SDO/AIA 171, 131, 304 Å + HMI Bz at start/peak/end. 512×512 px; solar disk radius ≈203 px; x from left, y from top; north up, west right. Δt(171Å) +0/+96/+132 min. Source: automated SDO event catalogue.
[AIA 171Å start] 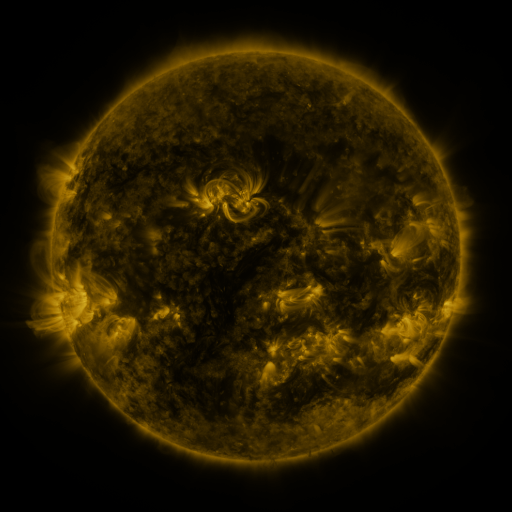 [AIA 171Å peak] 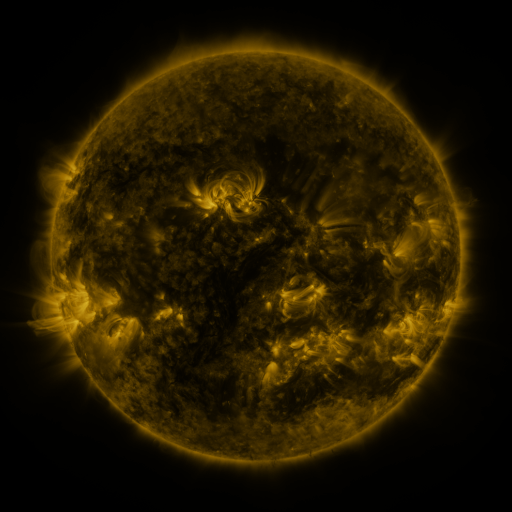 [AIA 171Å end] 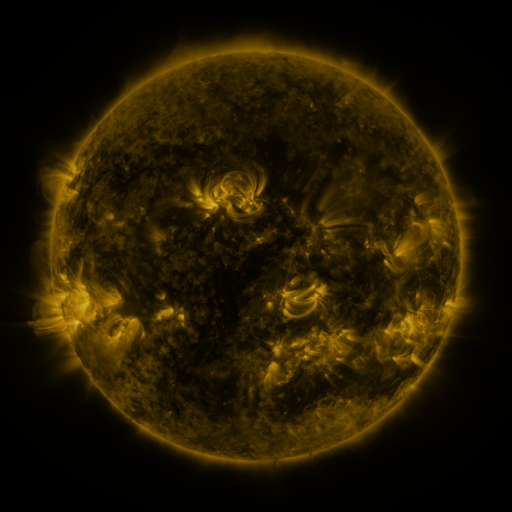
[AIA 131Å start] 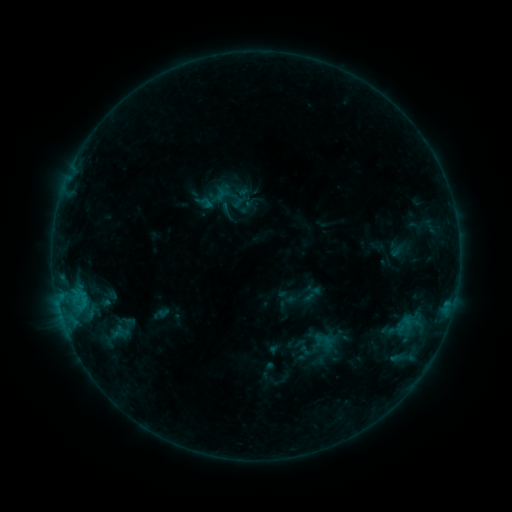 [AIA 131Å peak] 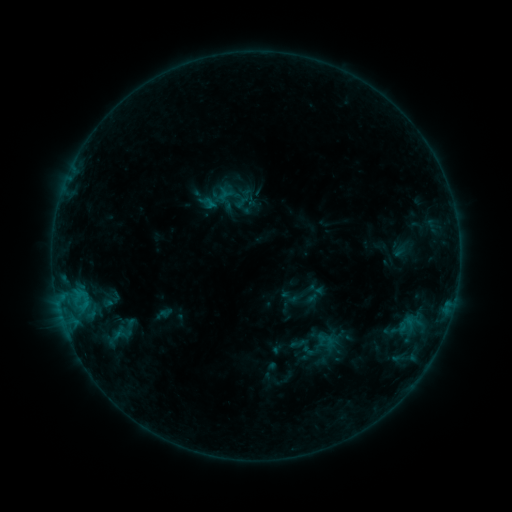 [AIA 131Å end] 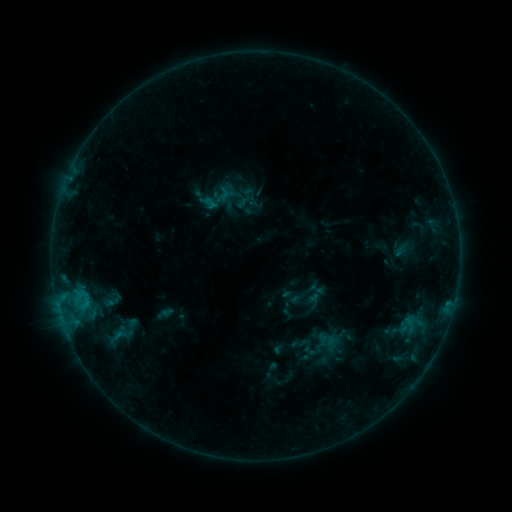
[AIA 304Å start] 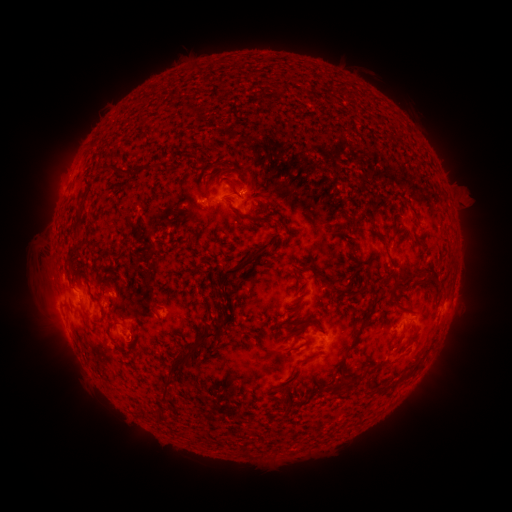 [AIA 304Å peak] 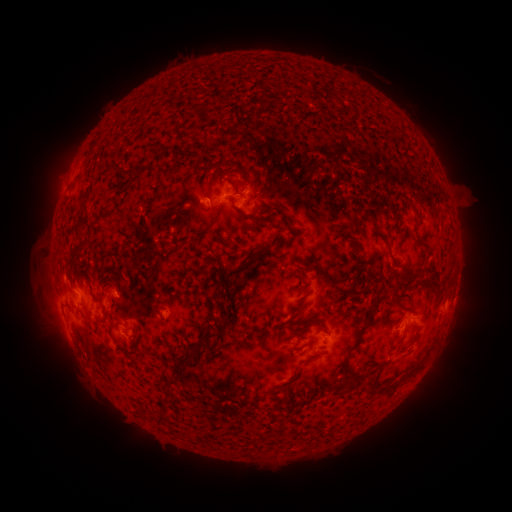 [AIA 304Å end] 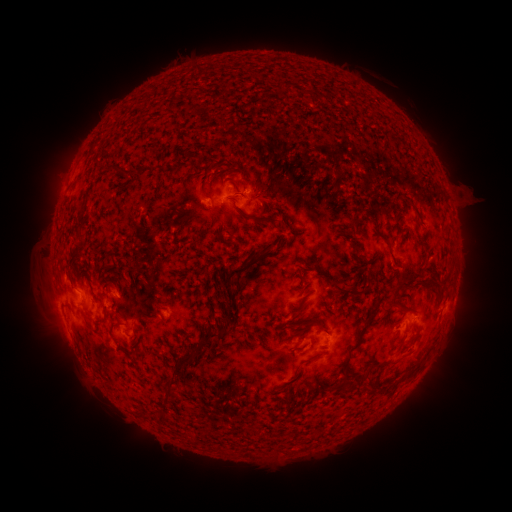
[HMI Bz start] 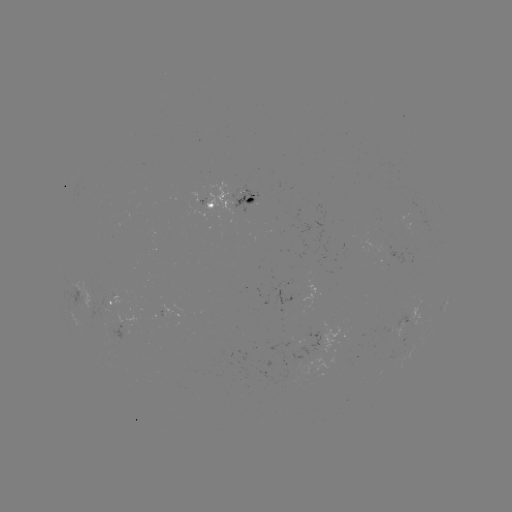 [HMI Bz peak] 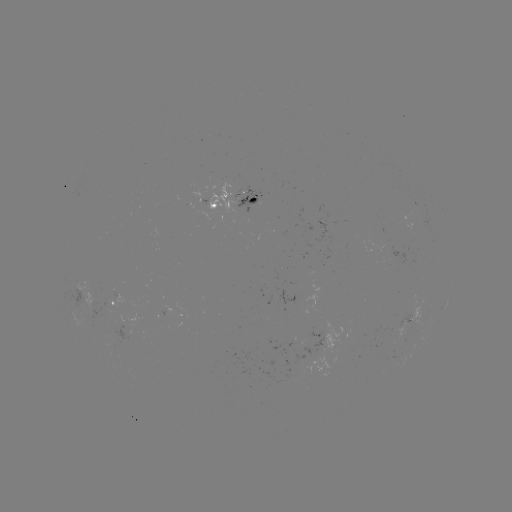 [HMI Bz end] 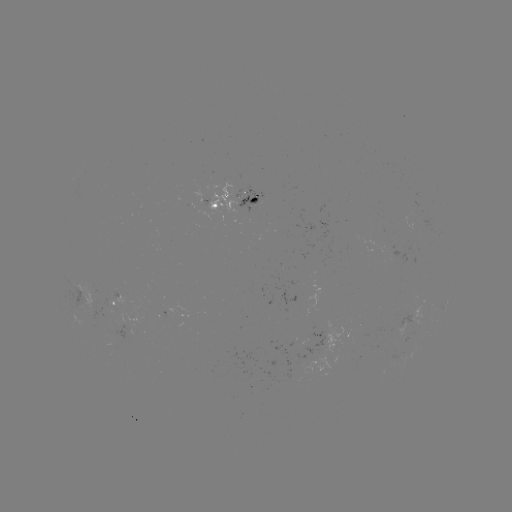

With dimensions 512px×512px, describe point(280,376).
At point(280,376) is emerging-flux region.